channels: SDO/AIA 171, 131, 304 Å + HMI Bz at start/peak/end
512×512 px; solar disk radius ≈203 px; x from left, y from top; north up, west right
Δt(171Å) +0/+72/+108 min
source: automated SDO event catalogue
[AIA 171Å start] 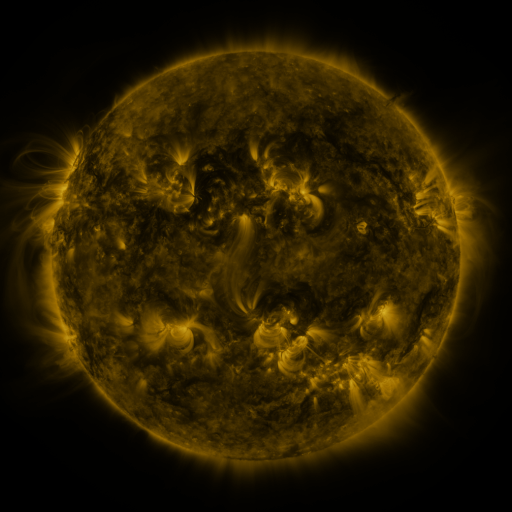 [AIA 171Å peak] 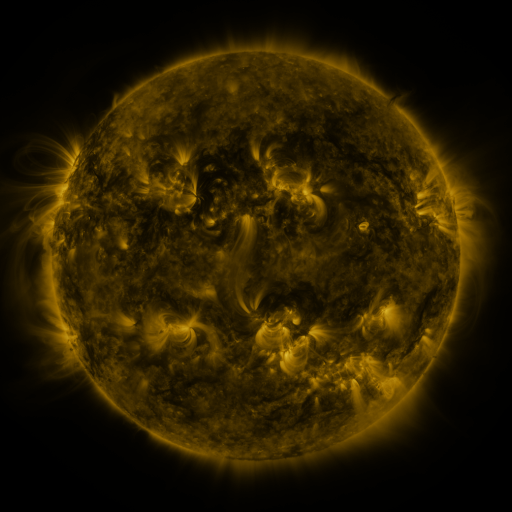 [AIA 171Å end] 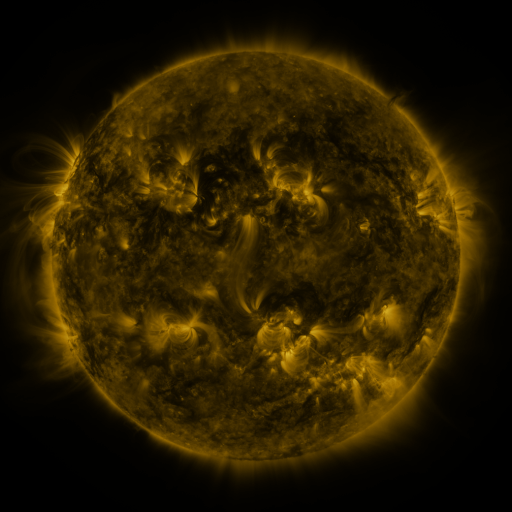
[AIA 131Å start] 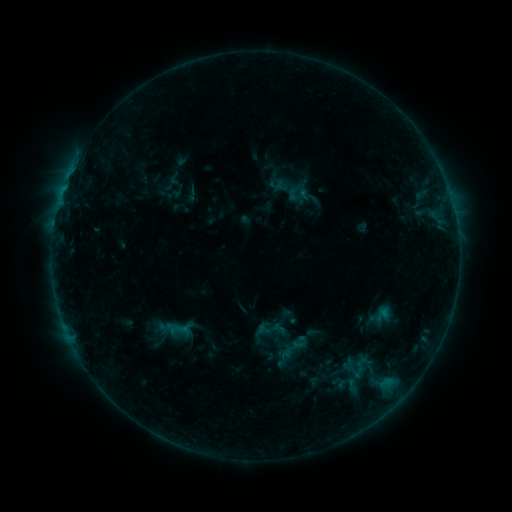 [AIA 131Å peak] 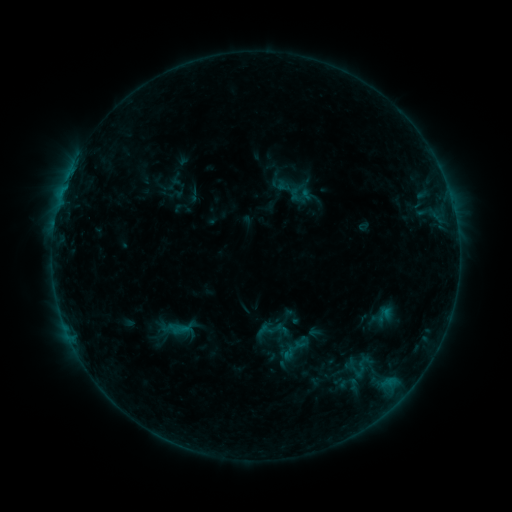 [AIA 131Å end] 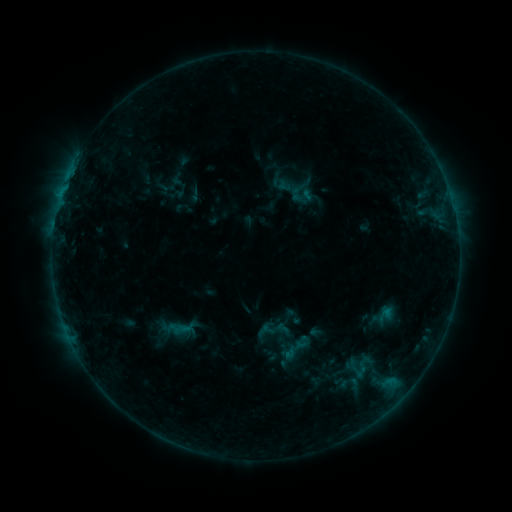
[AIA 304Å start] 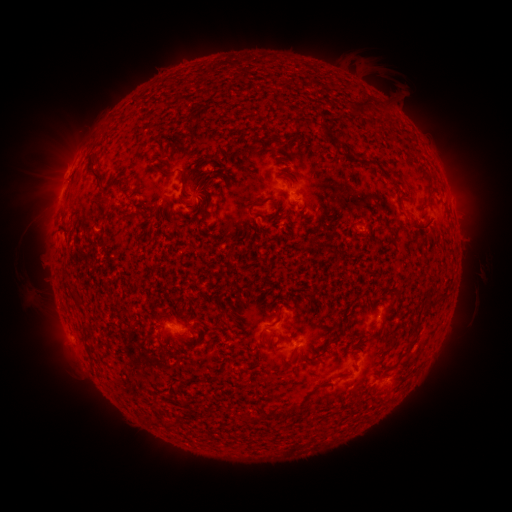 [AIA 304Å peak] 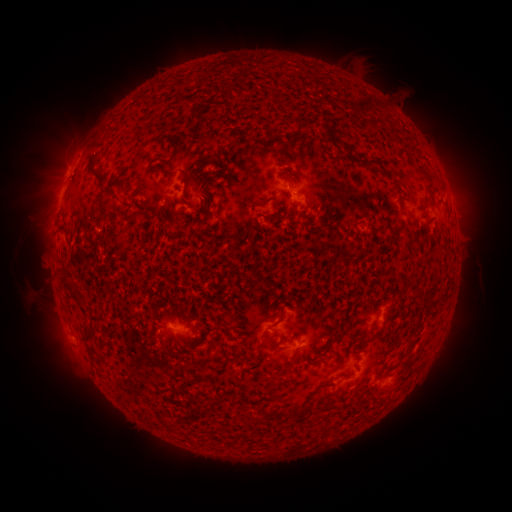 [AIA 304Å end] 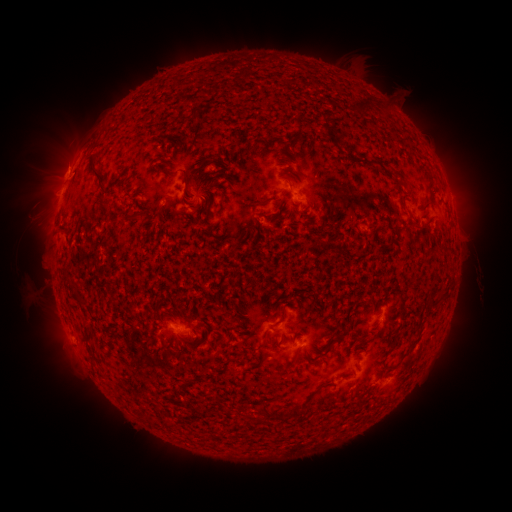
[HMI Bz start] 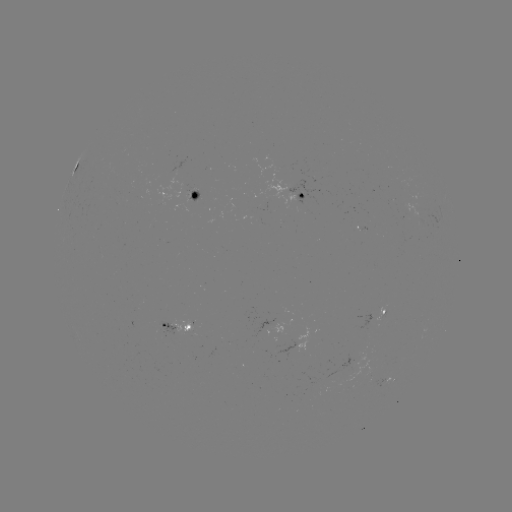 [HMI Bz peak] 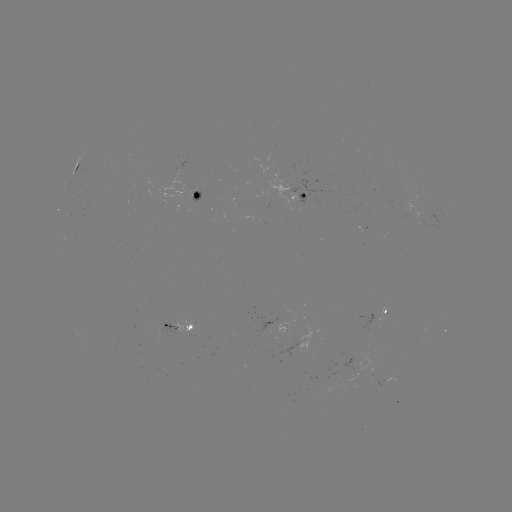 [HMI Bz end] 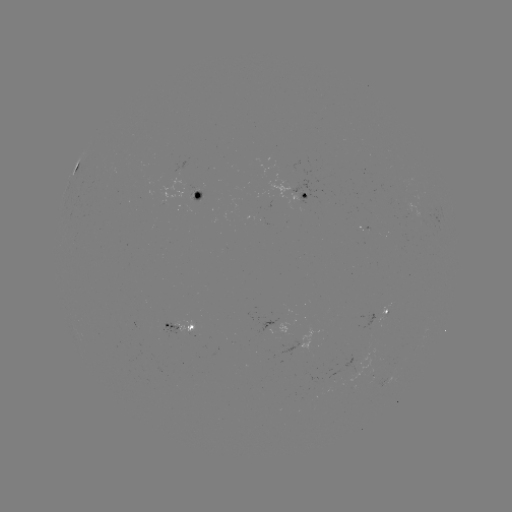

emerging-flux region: <bbox>254, 319, 277, 337</bbox>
